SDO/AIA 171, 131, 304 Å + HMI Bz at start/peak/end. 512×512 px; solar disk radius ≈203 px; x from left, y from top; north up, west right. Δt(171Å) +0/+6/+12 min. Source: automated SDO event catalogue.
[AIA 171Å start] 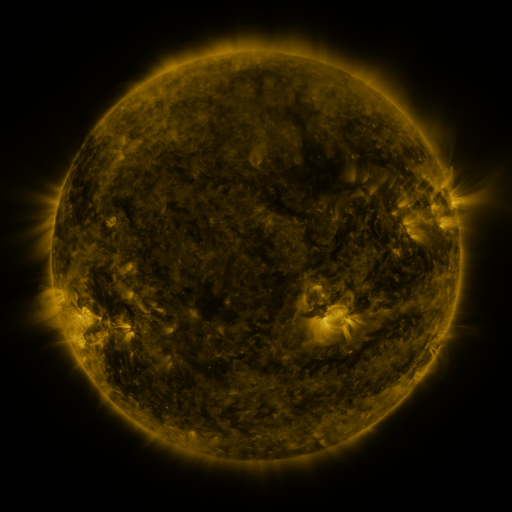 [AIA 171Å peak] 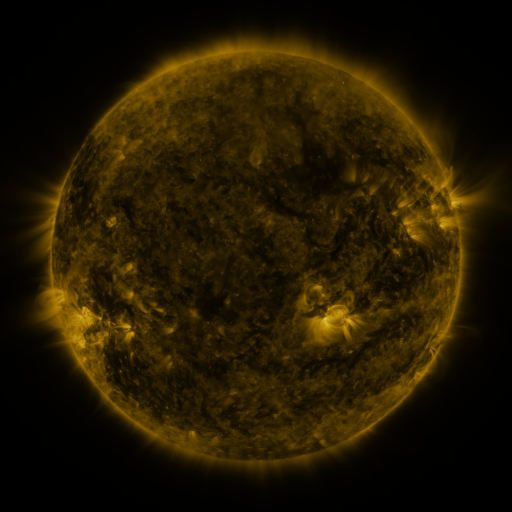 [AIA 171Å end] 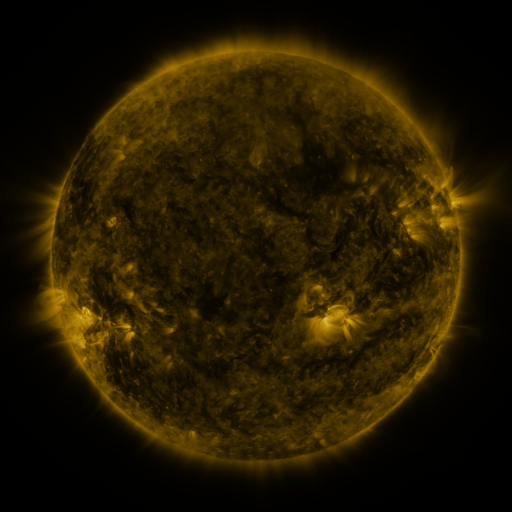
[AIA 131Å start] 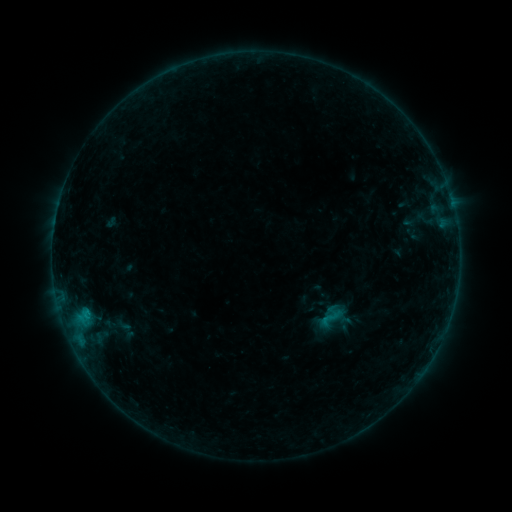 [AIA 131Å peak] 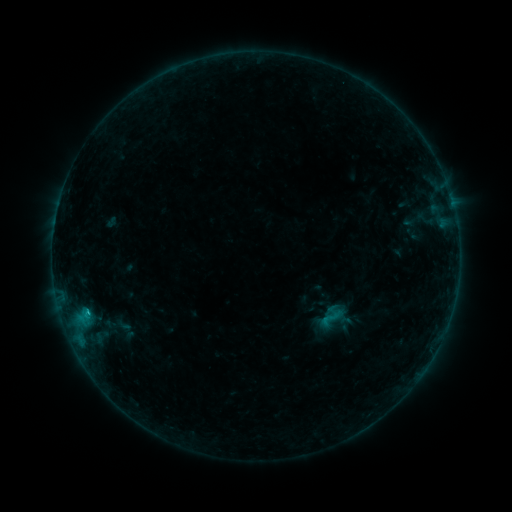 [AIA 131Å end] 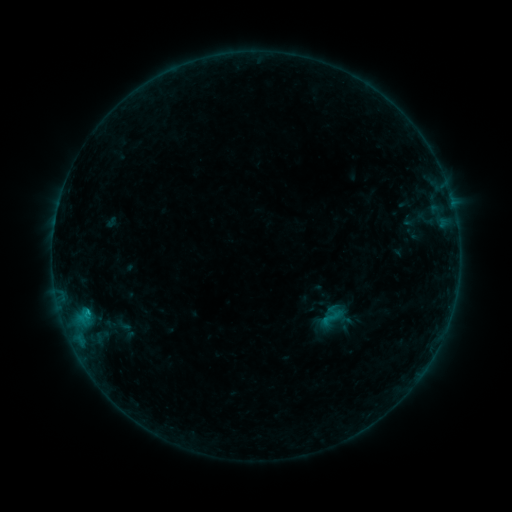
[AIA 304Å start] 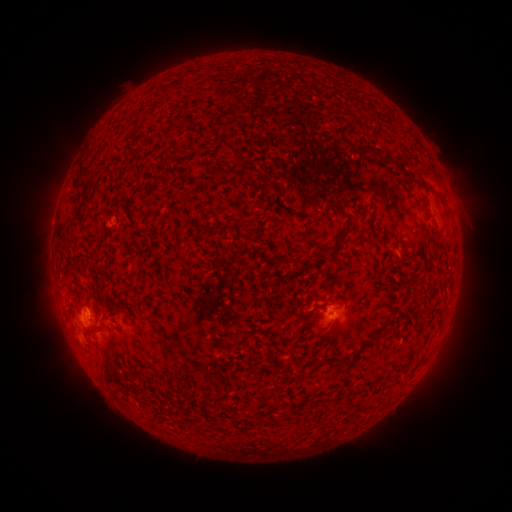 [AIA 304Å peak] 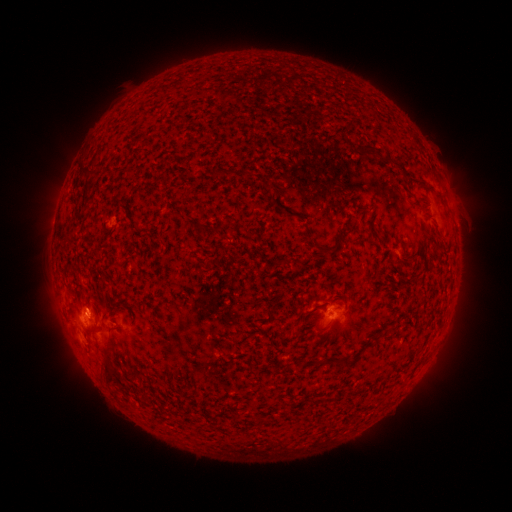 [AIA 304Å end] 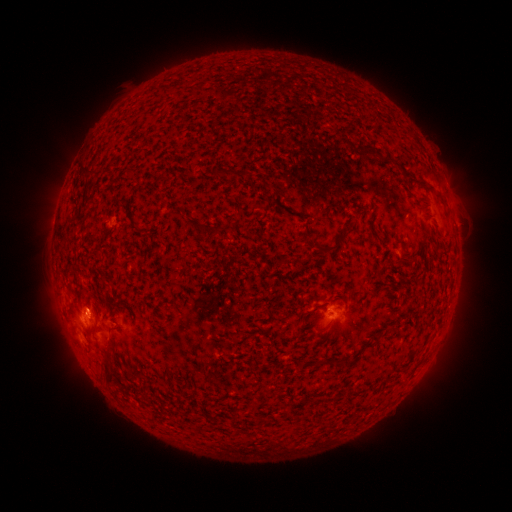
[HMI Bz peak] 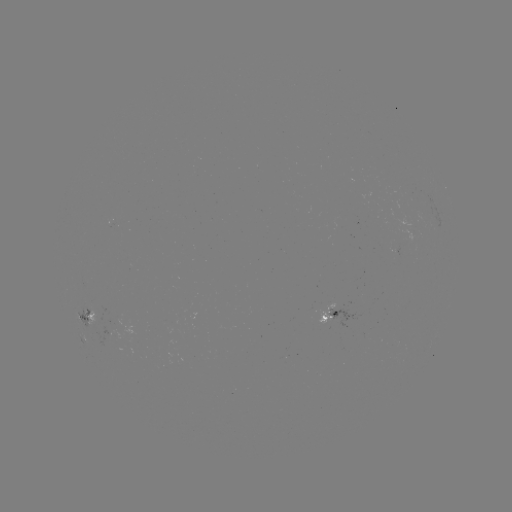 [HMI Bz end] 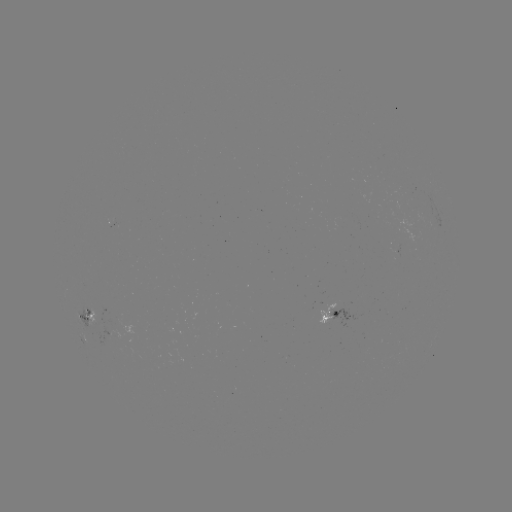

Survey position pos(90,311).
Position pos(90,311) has B5.4 flare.